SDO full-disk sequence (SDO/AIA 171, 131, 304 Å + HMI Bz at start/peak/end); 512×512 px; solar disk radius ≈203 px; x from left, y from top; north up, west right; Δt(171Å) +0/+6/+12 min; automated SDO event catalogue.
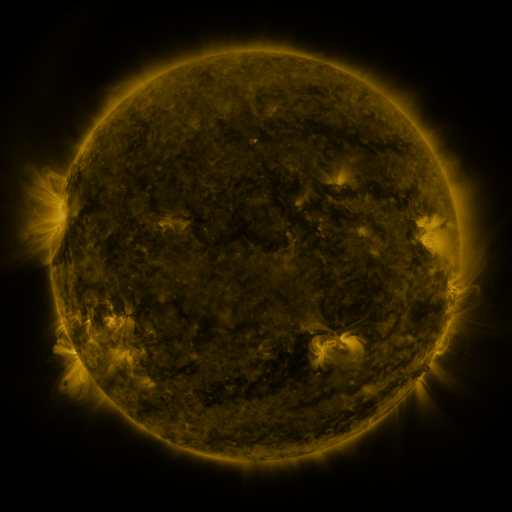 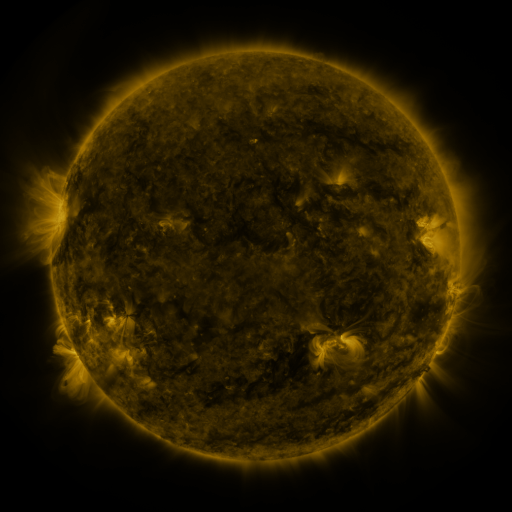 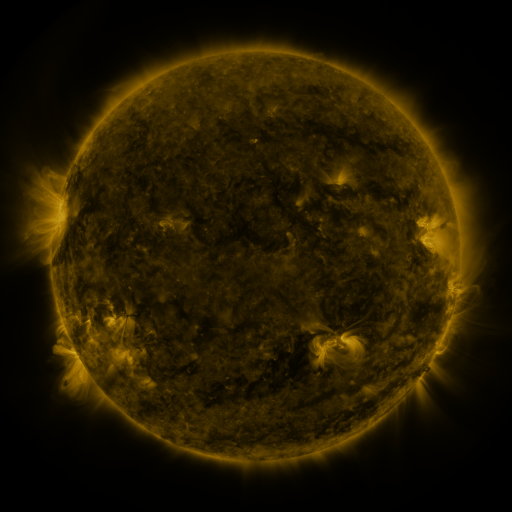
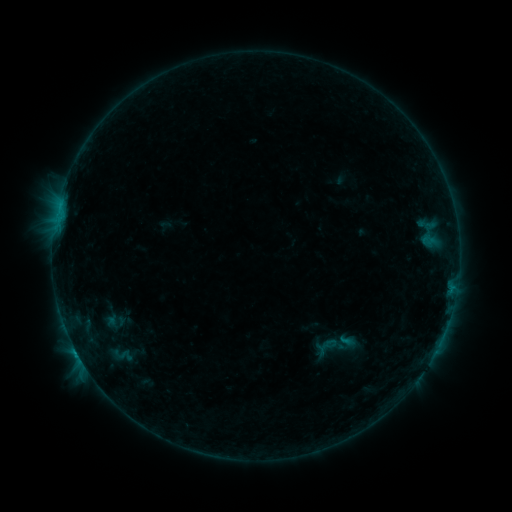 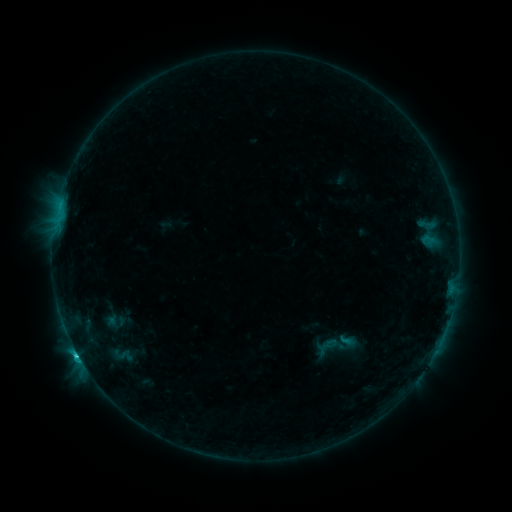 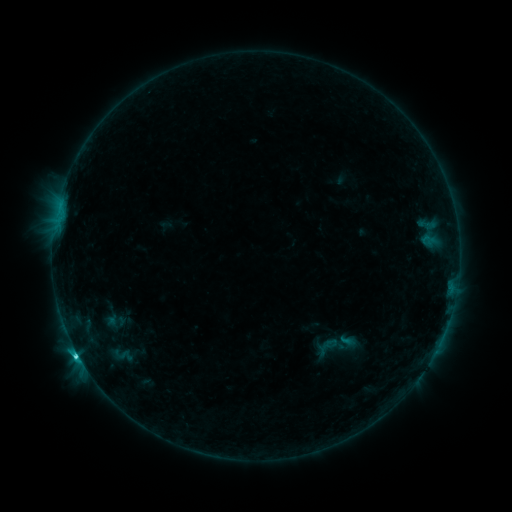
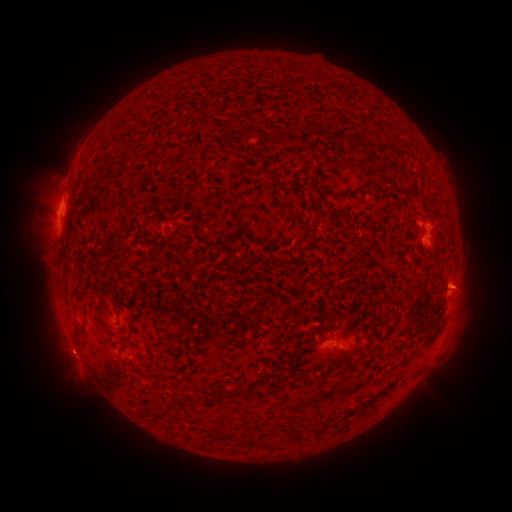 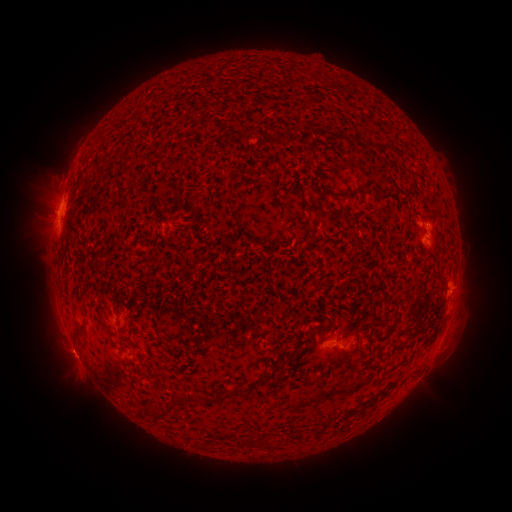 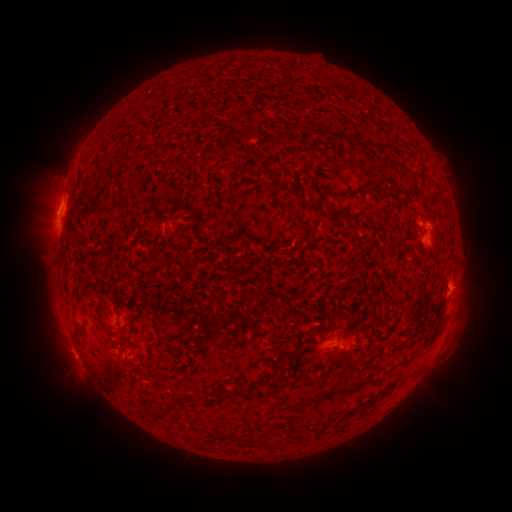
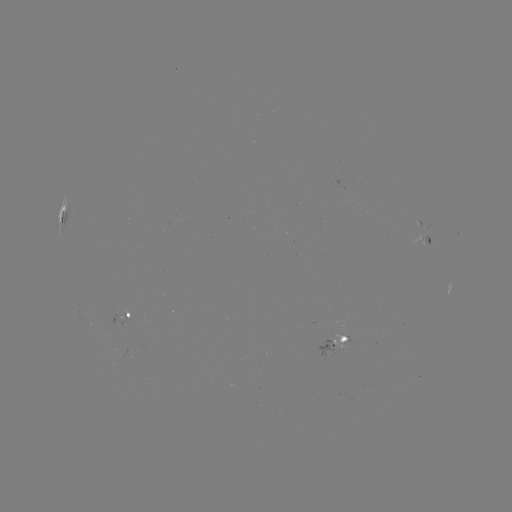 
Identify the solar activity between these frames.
C3.4 flare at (77, 352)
